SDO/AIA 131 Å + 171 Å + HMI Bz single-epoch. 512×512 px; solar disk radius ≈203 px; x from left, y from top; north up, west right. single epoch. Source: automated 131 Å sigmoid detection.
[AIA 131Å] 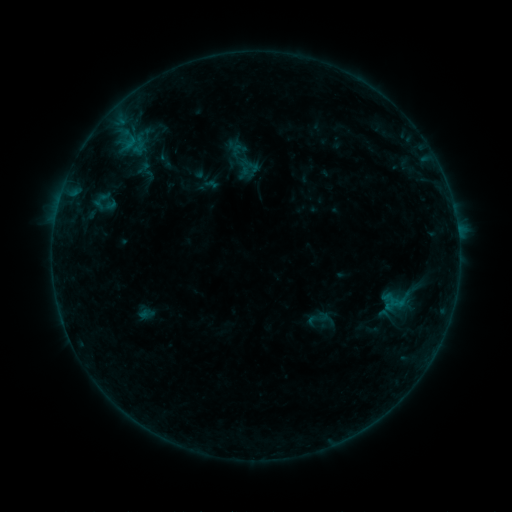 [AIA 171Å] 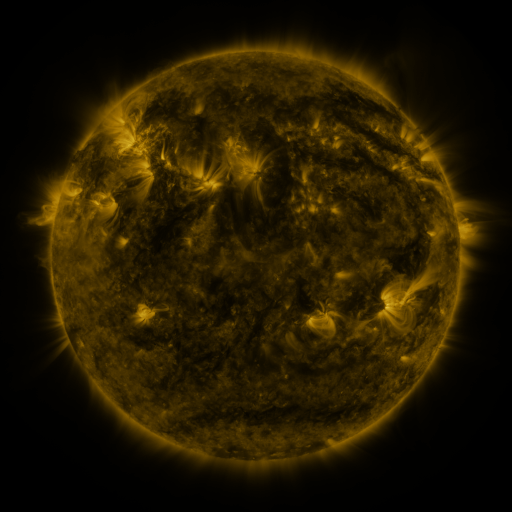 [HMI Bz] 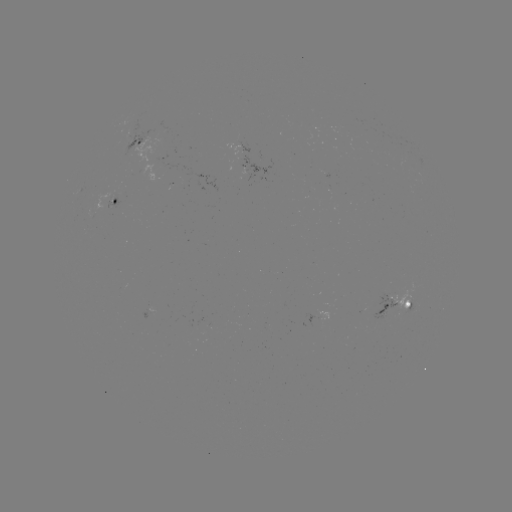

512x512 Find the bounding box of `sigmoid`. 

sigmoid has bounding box [305, 305, 330, 332].